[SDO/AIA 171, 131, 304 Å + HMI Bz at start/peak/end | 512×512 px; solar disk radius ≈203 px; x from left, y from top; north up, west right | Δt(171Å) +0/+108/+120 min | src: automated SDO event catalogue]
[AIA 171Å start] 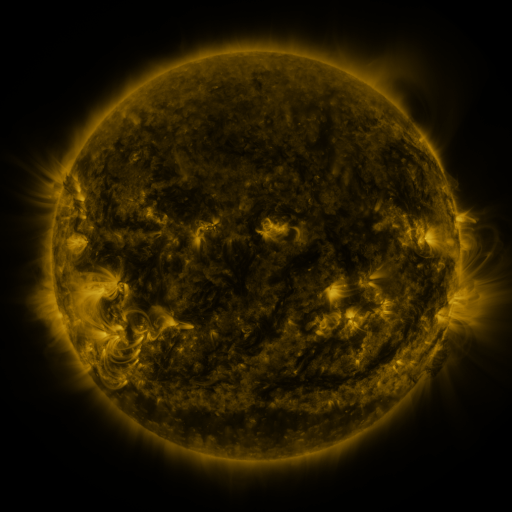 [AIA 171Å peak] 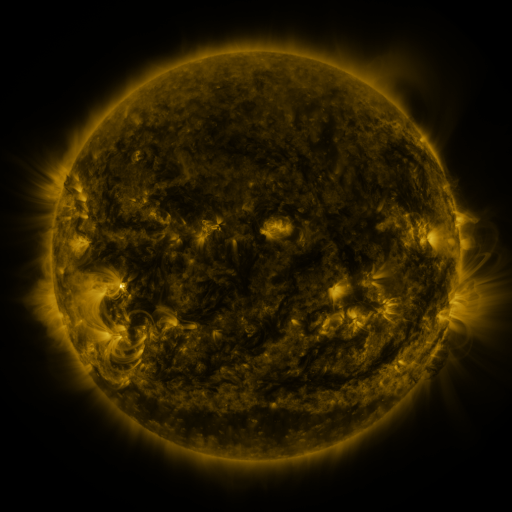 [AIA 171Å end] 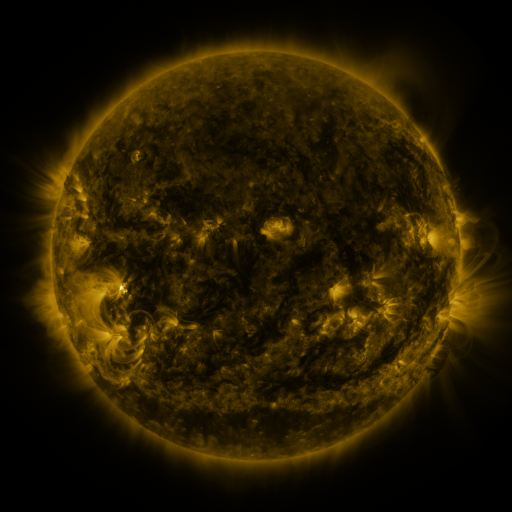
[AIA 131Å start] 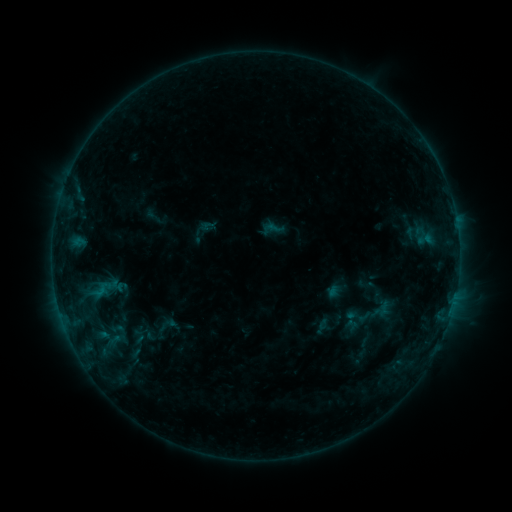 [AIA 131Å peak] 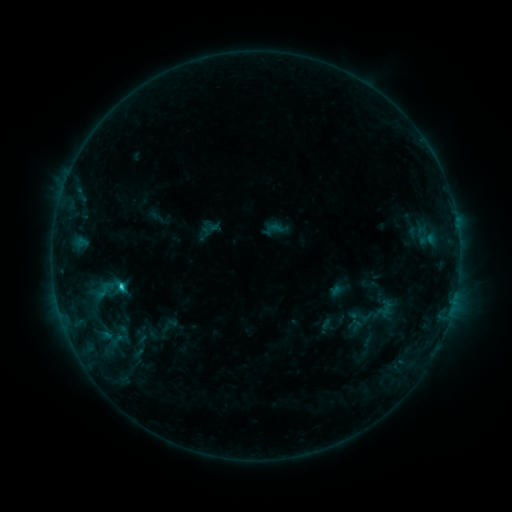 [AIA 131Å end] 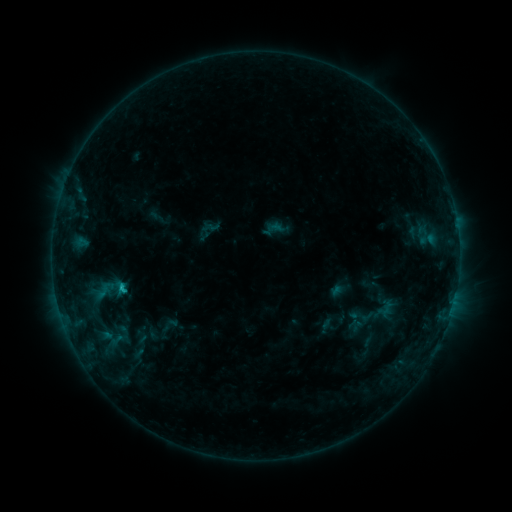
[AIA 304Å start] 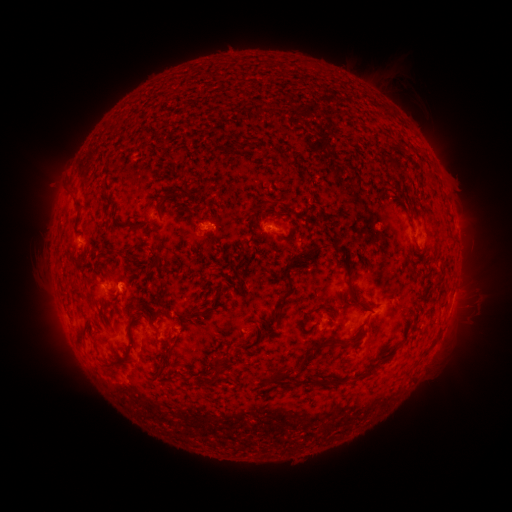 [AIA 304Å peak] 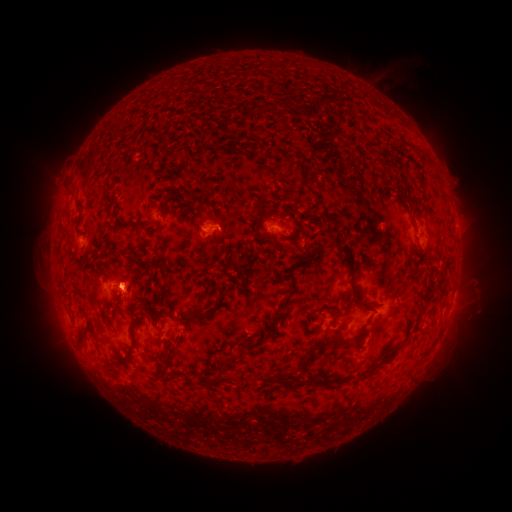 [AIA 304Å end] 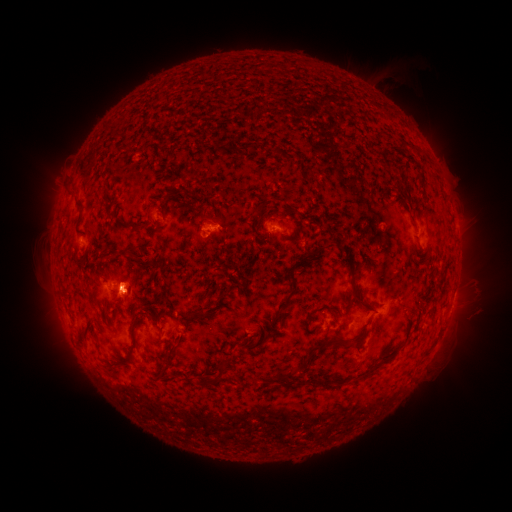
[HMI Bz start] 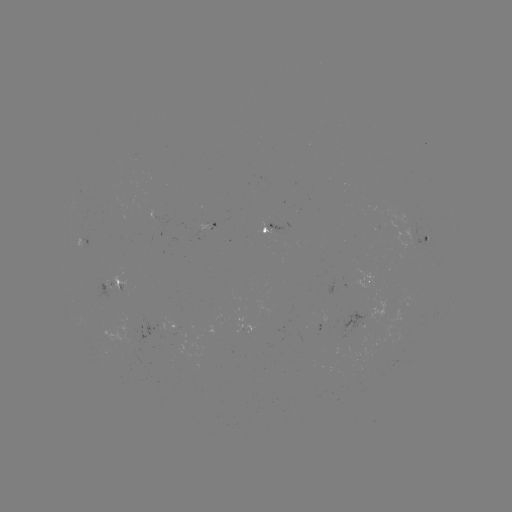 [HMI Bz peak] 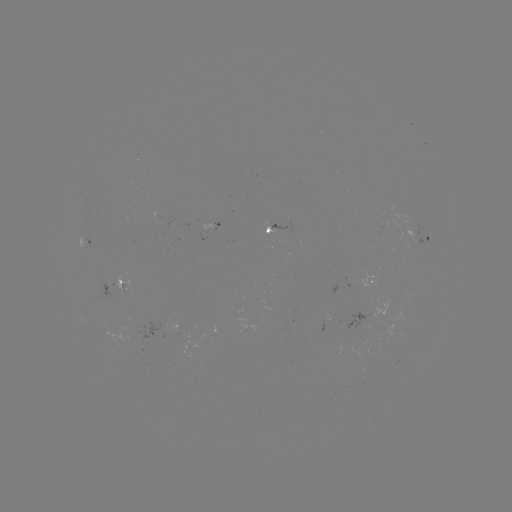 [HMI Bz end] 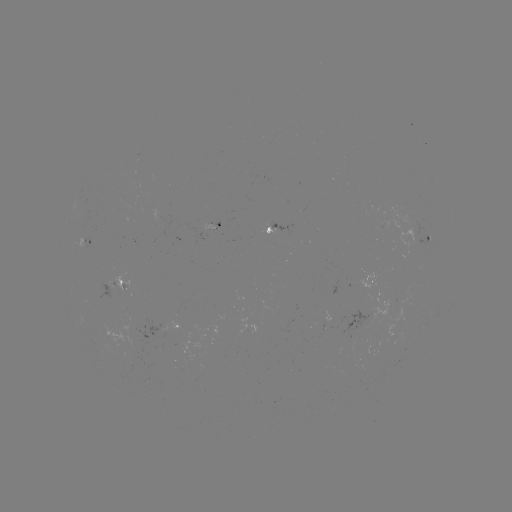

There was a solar emerging-flux region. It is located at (211, 228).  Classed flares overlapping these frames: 1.